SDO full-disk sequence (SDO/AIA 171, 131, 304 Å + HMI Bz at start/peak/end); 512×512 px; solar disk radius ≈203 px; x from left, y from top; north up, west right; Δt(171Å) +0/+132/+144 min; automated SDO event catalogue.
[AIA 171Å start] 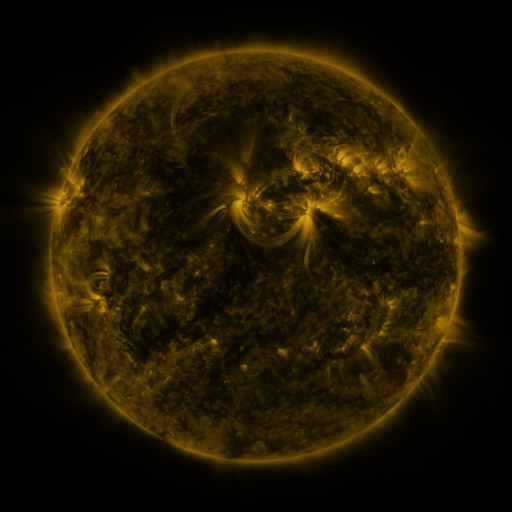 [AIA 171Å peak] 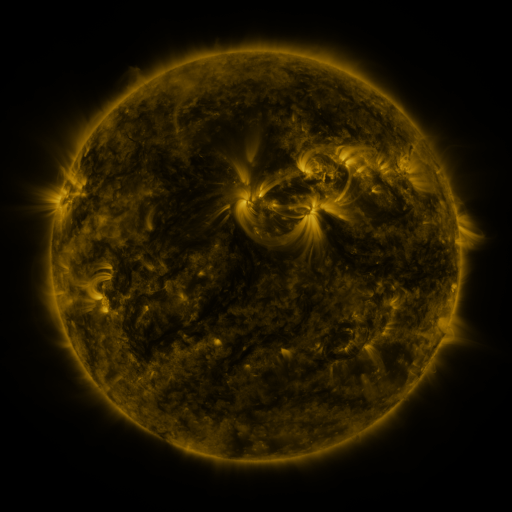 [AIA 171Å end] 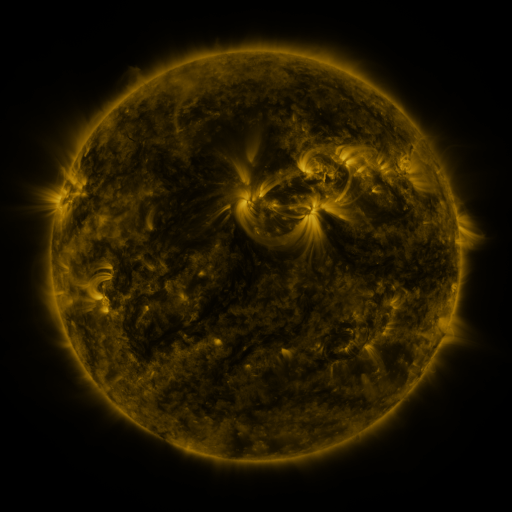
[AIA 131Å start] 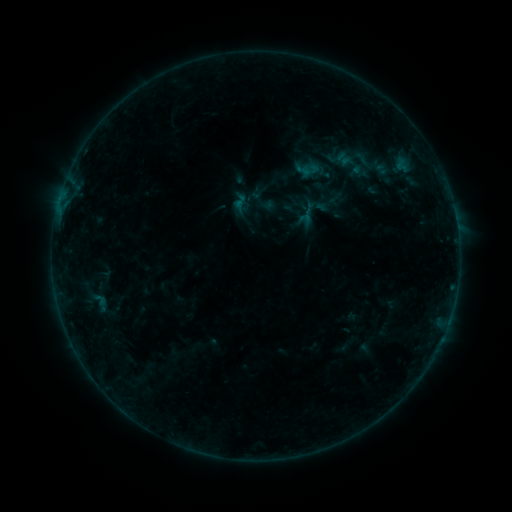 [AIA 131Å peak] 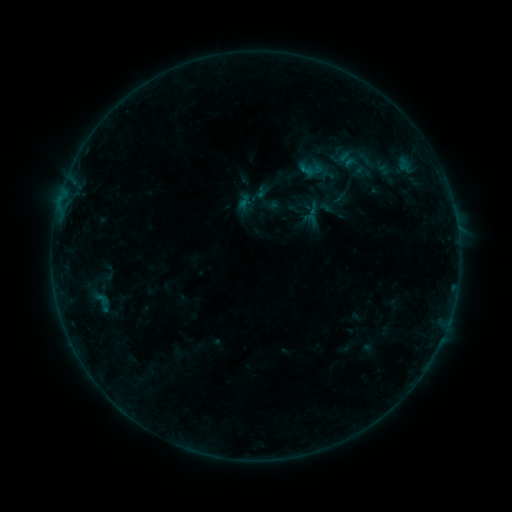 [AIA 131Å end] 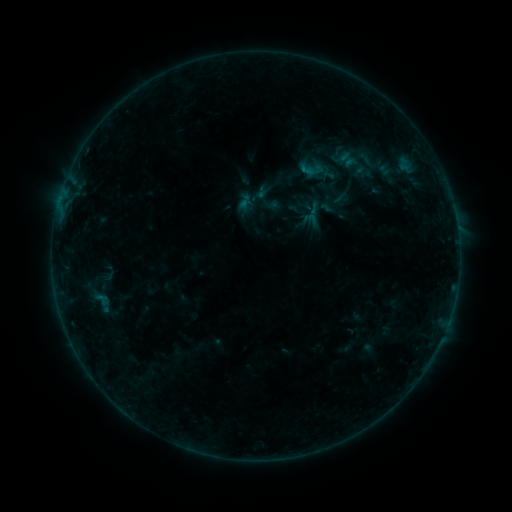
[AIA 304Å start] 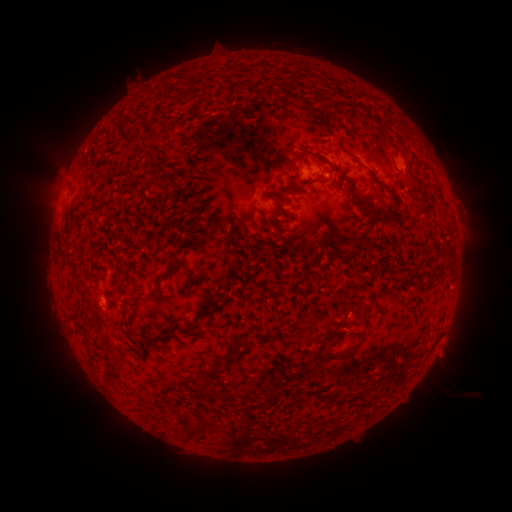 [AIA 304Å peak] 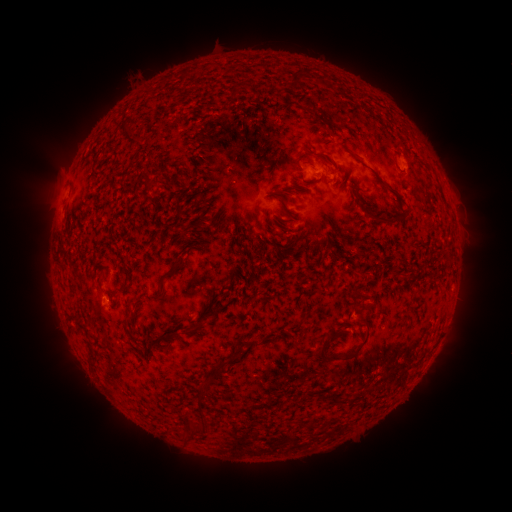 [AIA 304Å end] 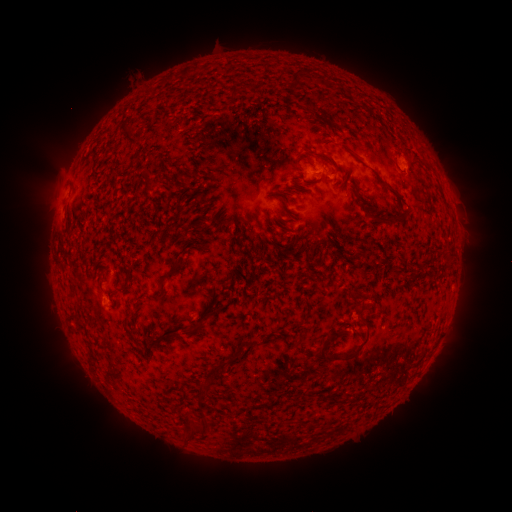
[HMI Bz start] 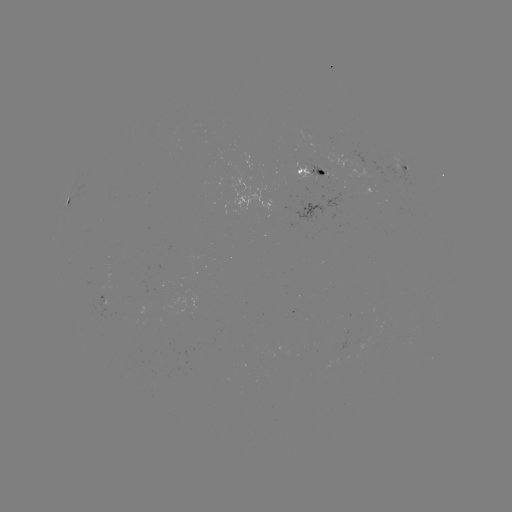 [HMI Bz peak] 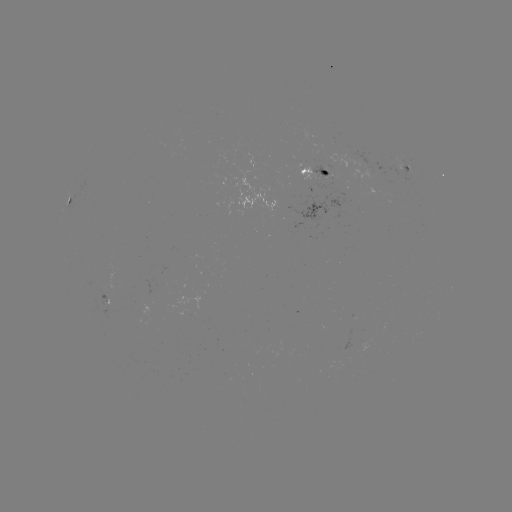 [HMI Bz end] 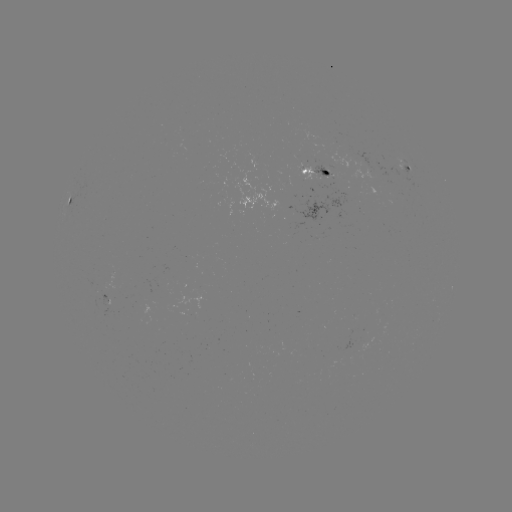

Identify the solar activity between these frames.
emerging-flux region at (324, 171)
